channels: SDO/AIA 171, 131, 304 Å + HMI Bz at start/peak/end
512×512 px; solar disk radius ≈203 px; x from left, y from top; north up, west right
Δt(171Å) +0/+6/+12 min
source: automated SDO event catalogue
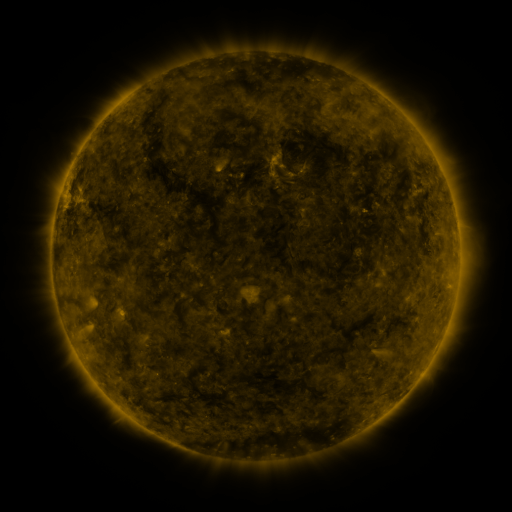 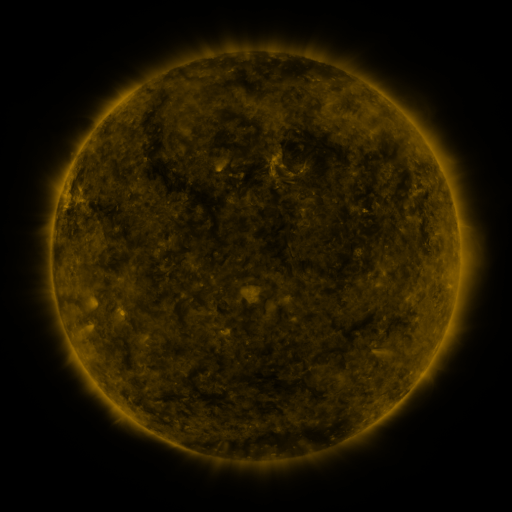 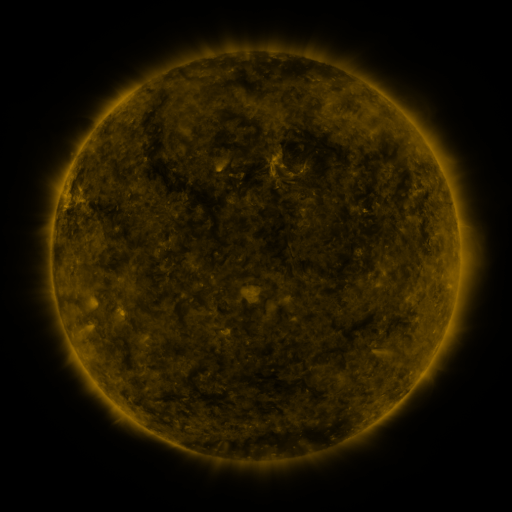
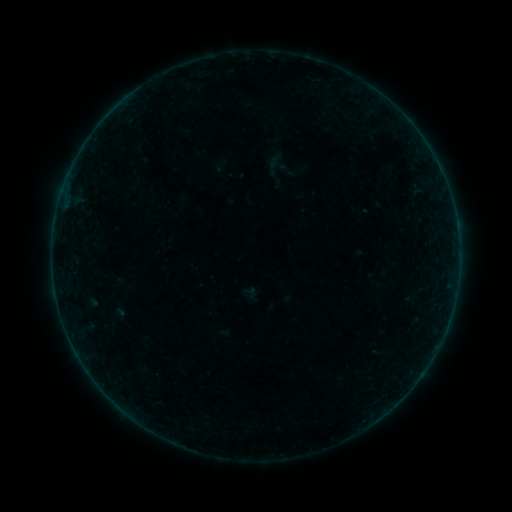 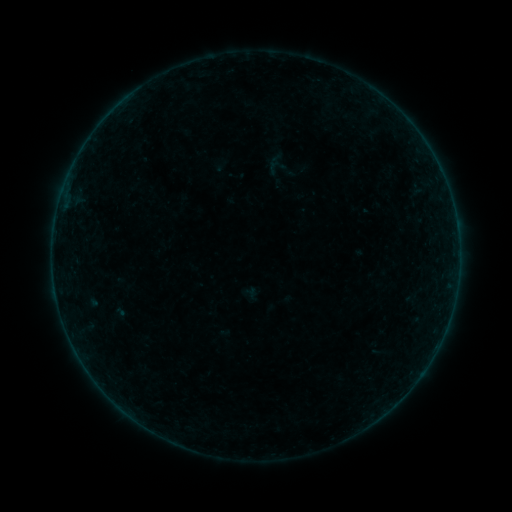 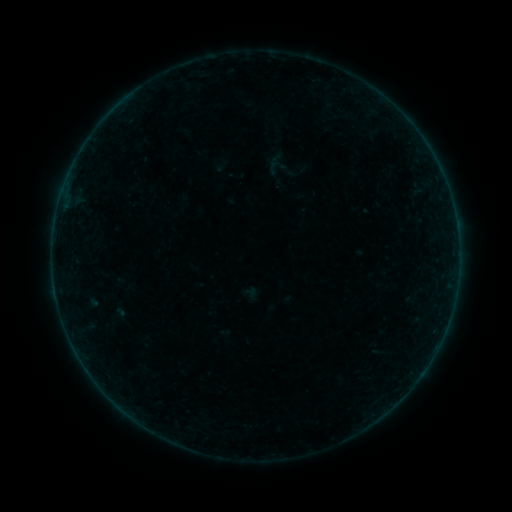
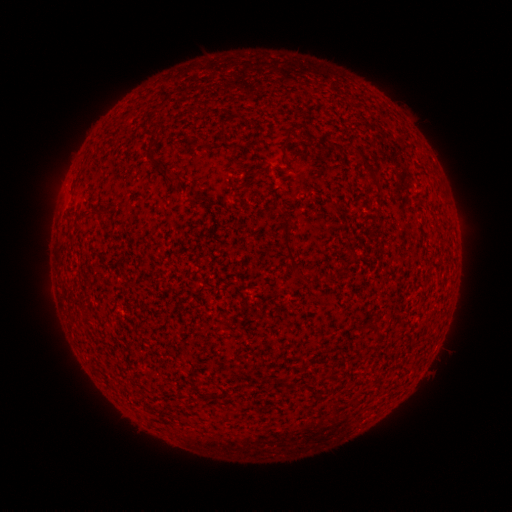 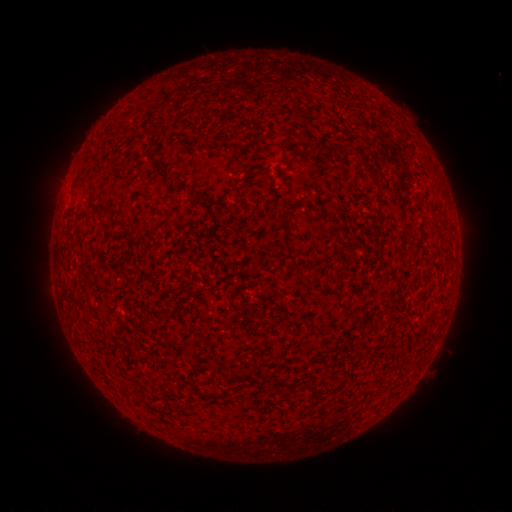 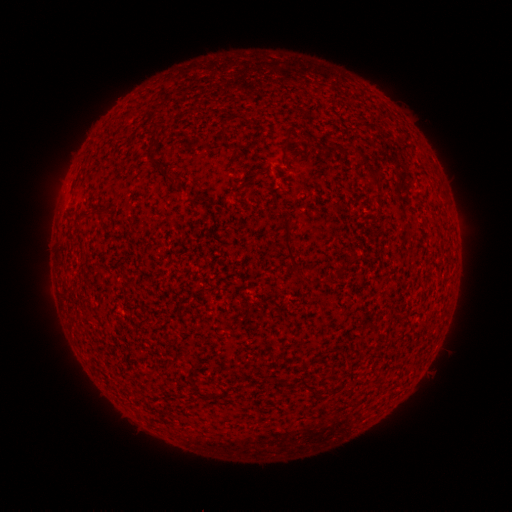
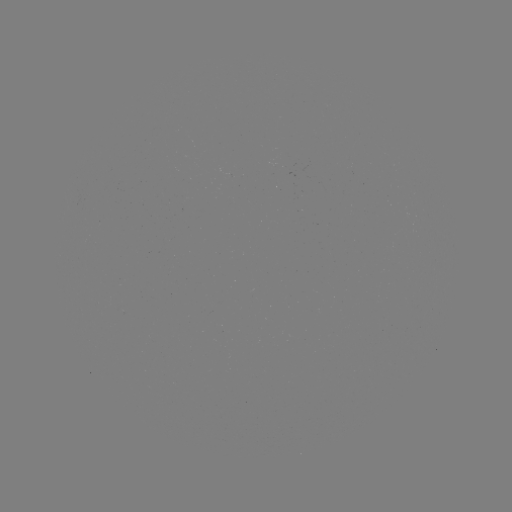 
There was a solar flare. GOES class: B2.2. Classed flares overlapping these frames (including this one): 1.